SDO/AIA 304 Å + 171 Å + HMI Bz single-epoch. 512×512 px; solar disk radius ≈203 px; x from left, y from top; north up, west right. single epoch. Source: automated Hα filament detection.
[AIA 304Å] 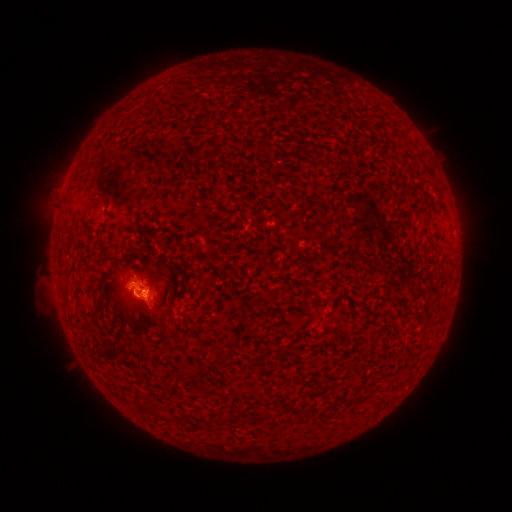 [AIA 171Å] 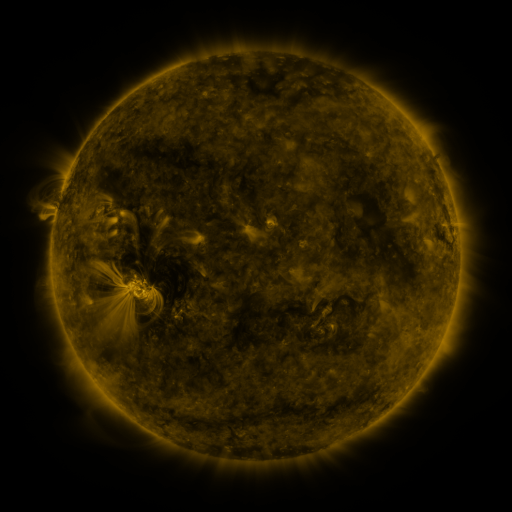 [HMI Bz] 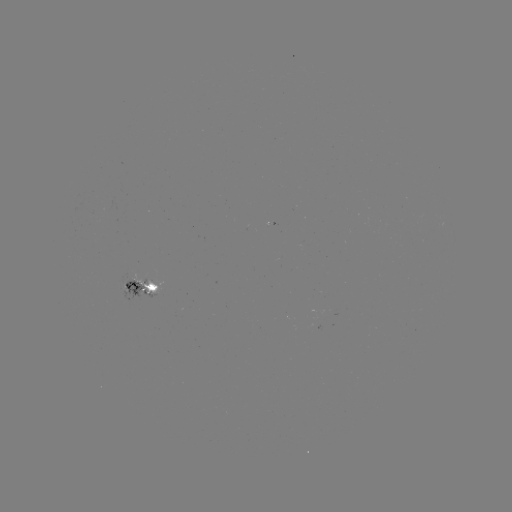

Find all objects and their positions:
filament: (443, 208)
filament: (96, 308)
filament: (158, 414)
